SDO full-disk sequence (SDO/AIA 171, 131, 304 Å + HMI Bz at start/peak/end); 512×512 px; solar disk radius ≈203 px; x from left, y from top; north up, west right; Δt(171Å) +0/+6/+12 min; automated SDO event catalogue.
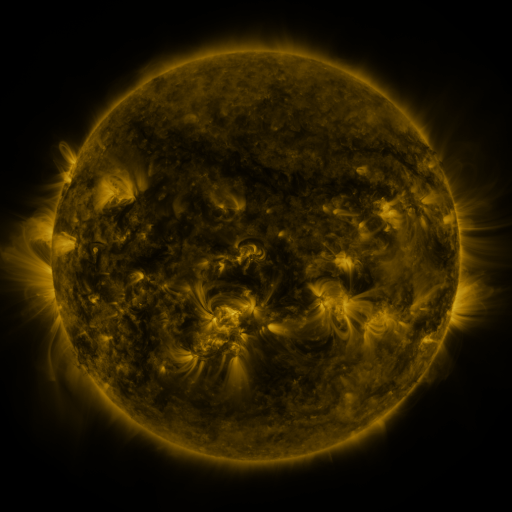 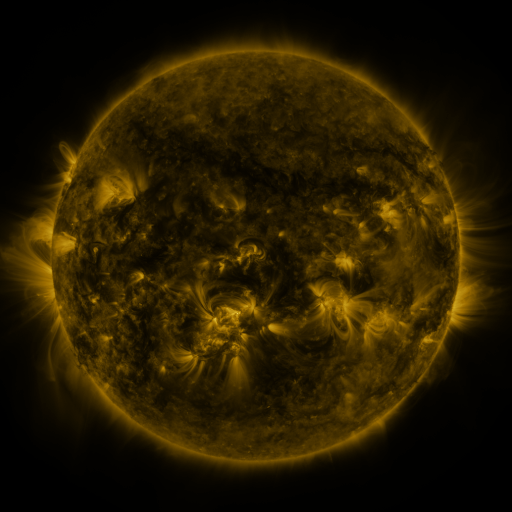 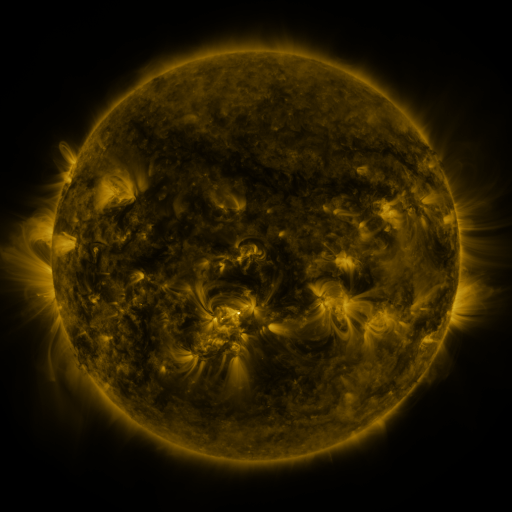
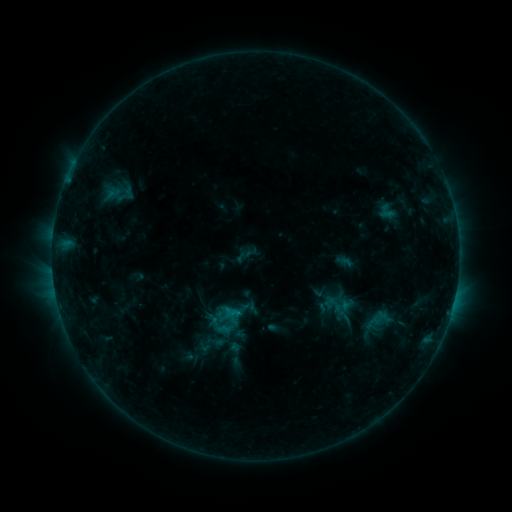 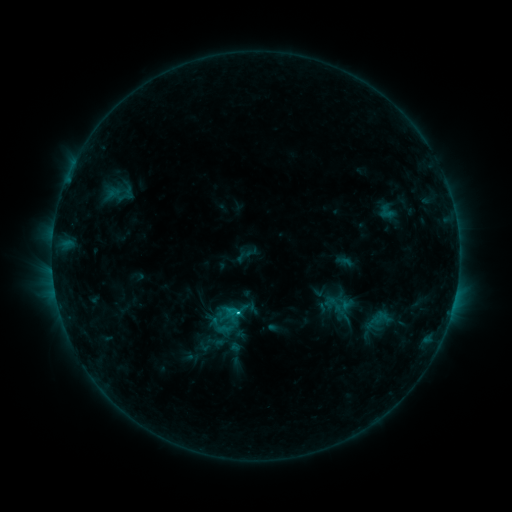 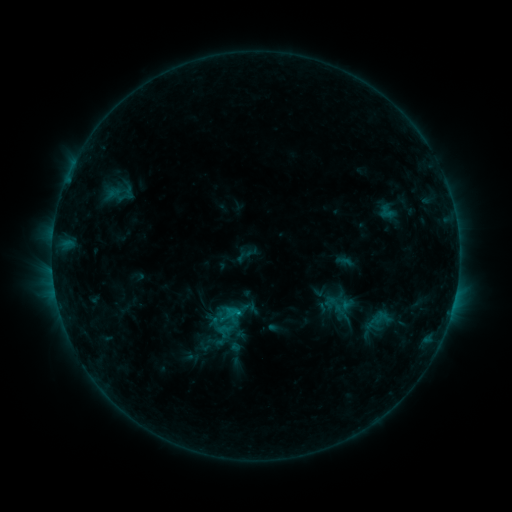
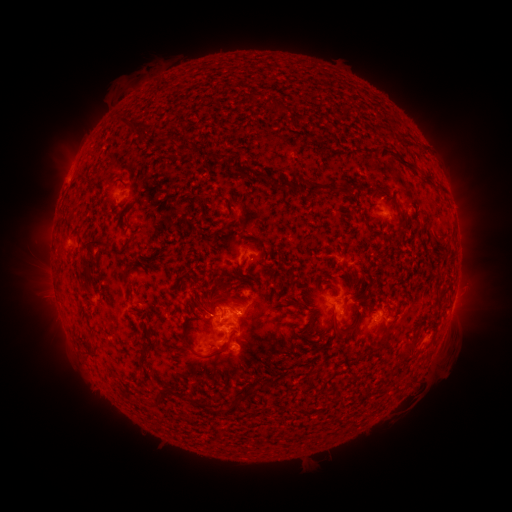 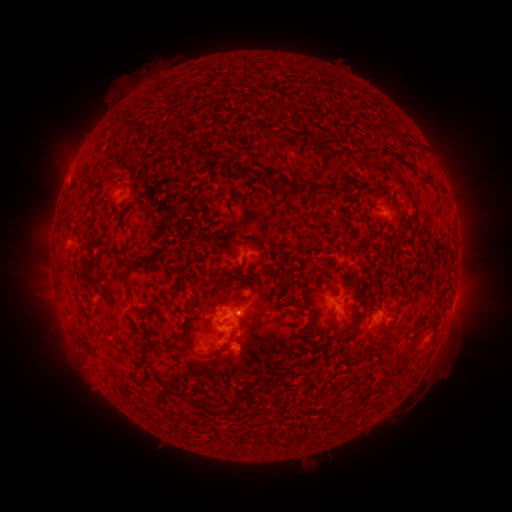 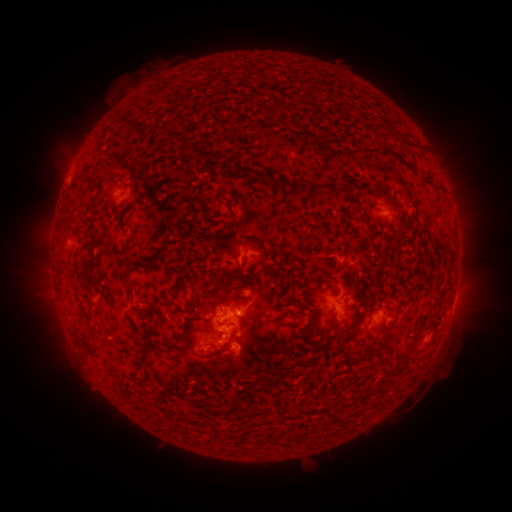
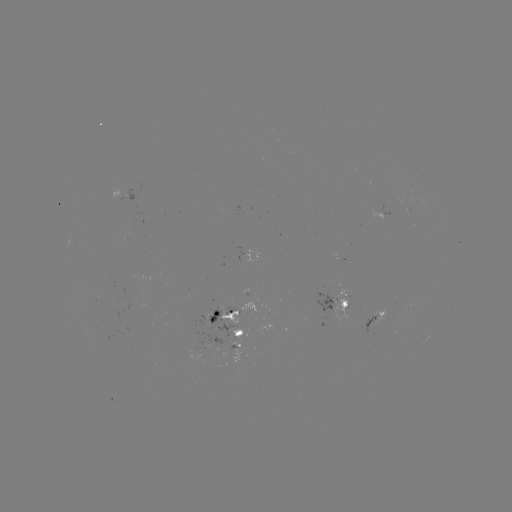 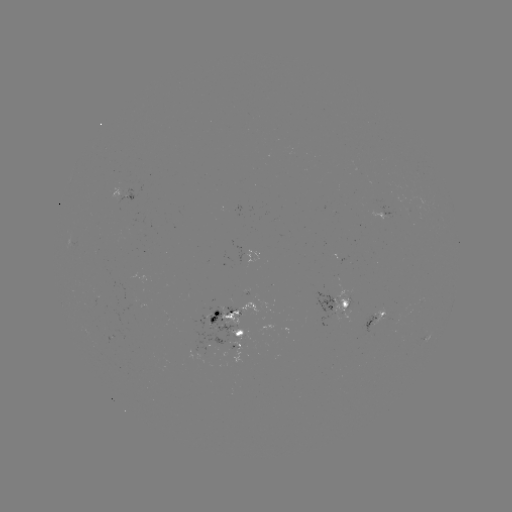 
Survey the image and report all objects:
C1.1 flare: (238, 313)
